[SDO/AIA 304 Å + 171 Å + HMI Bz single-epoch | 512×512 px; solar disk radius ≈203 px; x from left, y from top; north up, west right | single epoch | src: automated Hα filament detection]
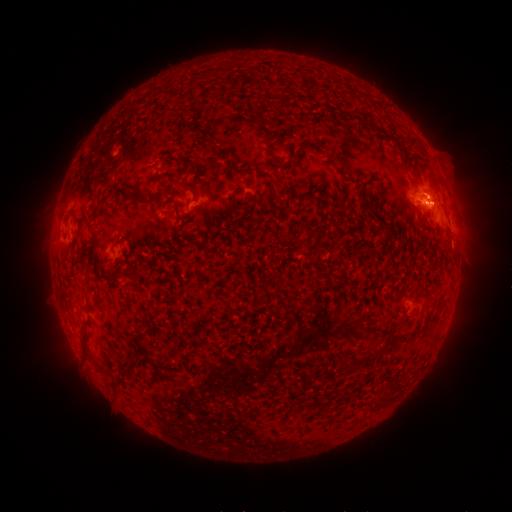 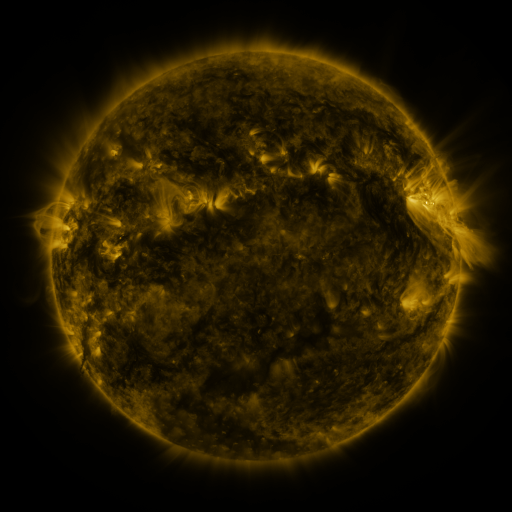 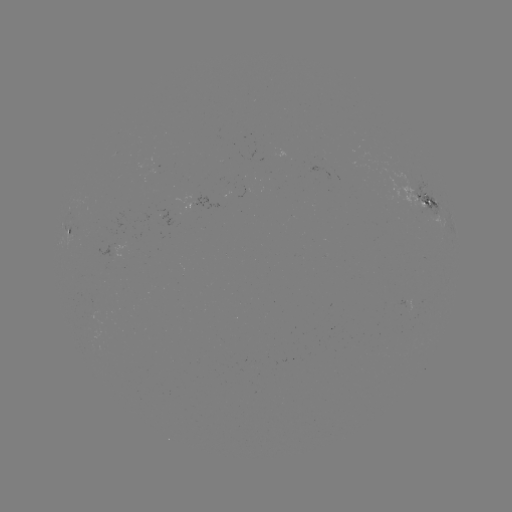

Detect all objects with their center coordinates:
filament: (198, 78)
filament: (286, 101)
filament: (180, 116)
filament: (270, 124)
filament: (412, 144)
filament: (257, 169)
filament: (346, 169)
filament: (190, 186)
filament: (271, 191)
filament: (132, 196)
filament: (102, 201)
filament: (77, 218)
filament: (128, 239)
filament: (317, 242)
filament: (119, 275)
filament: (273, 282)
filament: (262, 301)
filament: (433, 319)
filament: (83, 340)
filament: (372, 354)
filament: (148, 360)
filament: (116, 389)
